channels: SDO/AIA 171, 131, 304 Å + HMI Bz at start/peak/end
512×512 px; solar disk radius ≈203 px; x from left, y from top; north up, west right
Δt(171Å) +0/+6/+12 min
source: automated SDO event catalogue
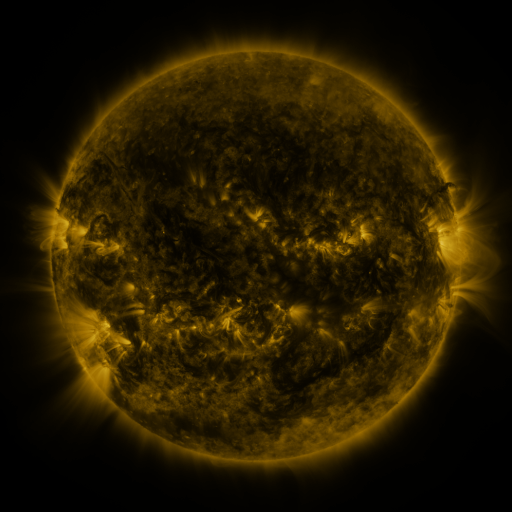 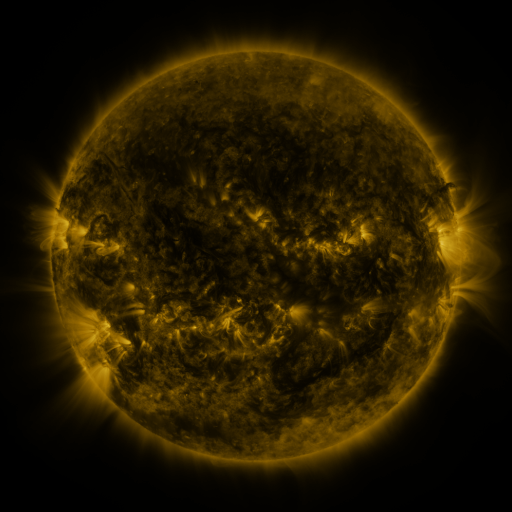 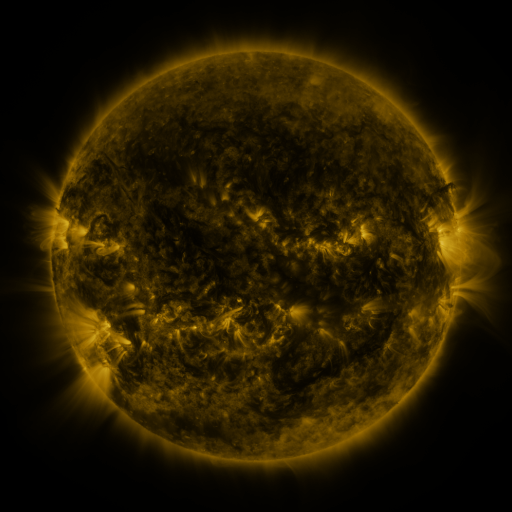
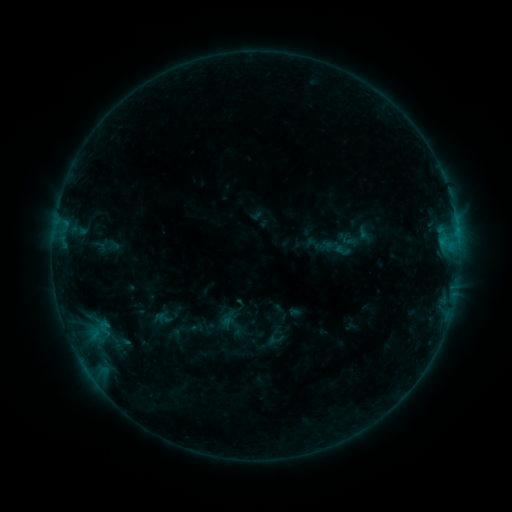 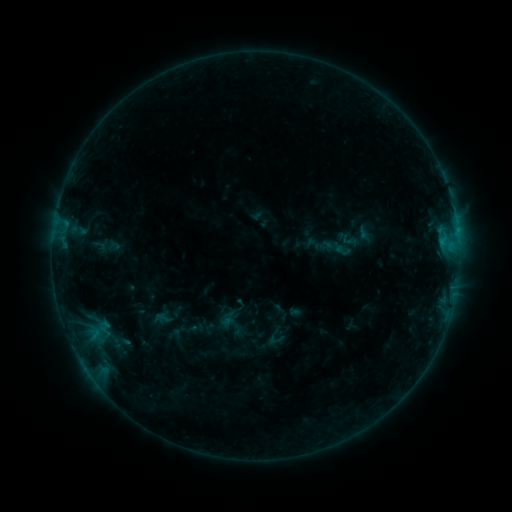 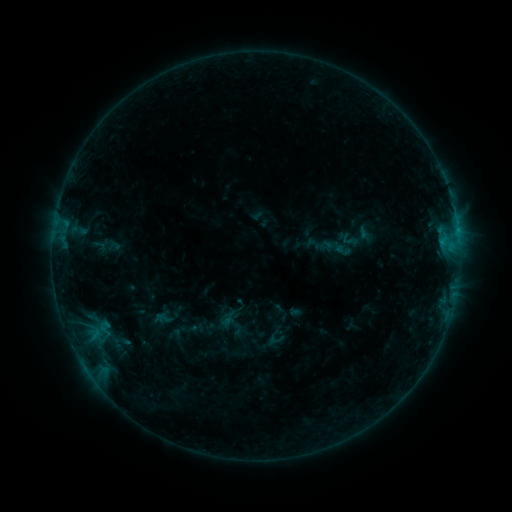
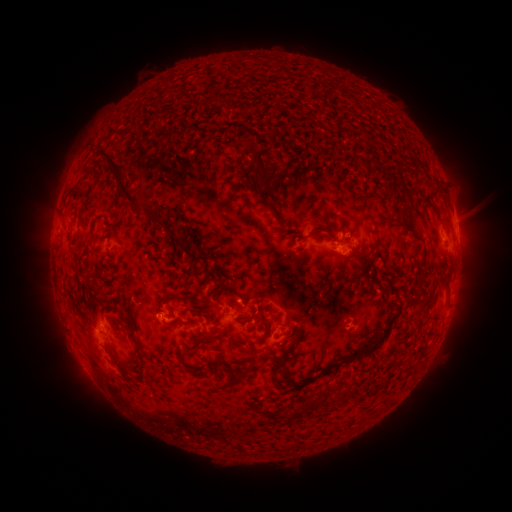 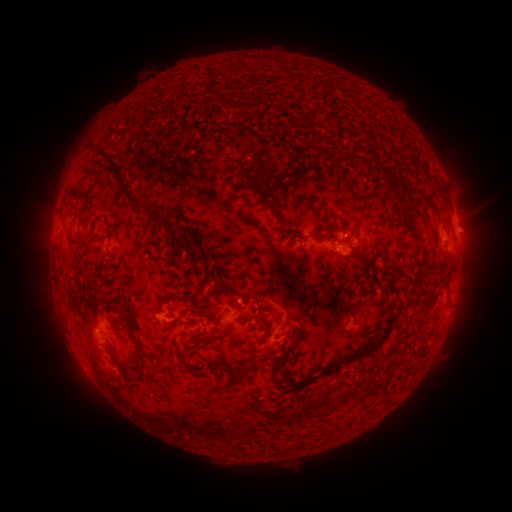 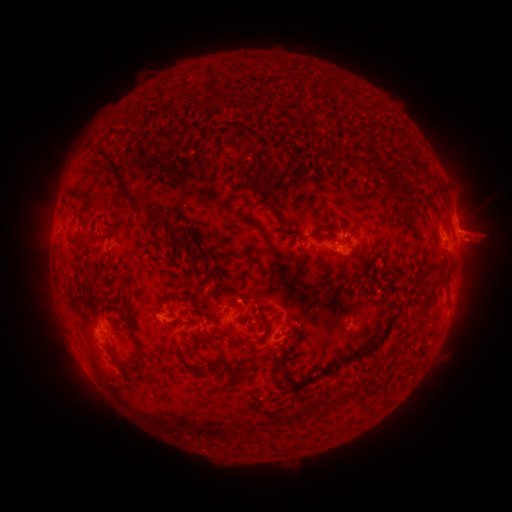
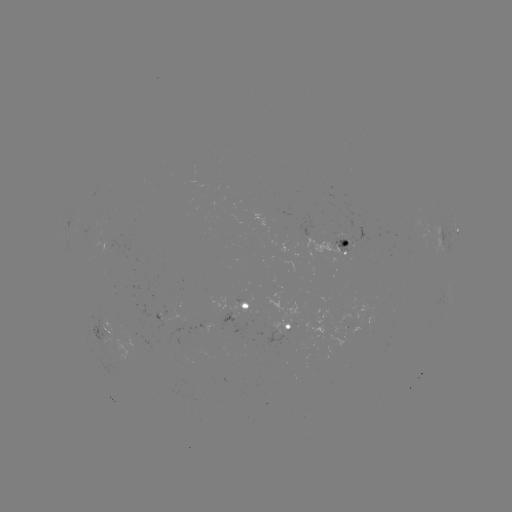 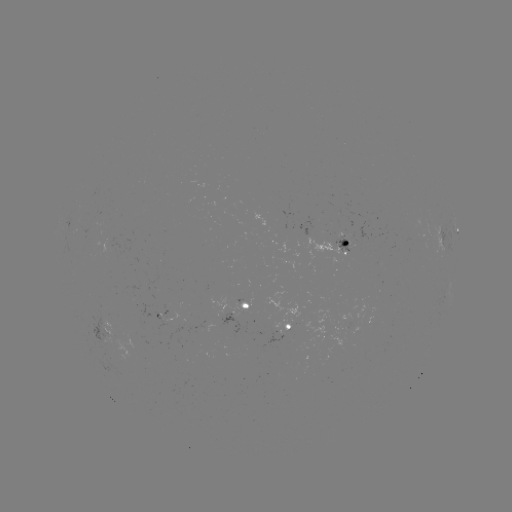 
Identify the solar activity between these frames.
eruption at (474, 235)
